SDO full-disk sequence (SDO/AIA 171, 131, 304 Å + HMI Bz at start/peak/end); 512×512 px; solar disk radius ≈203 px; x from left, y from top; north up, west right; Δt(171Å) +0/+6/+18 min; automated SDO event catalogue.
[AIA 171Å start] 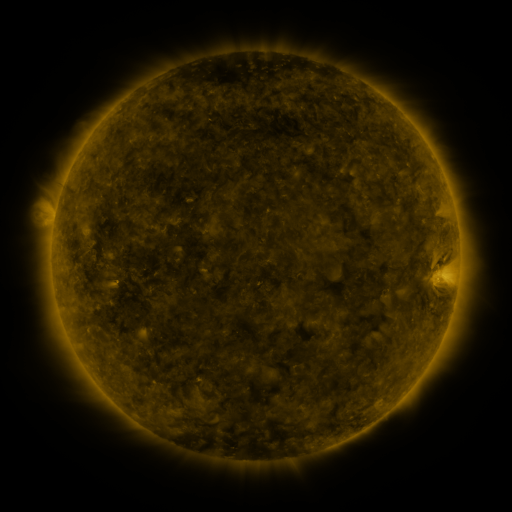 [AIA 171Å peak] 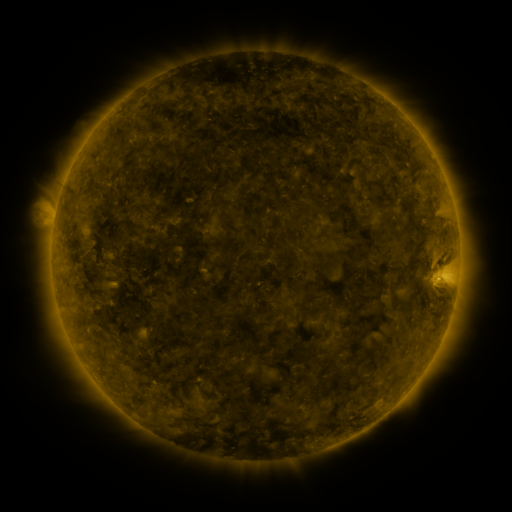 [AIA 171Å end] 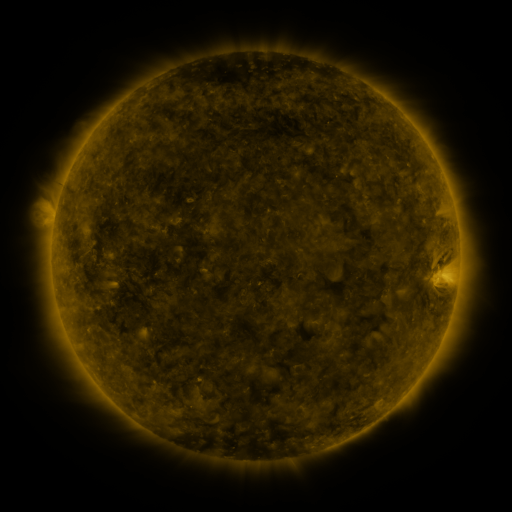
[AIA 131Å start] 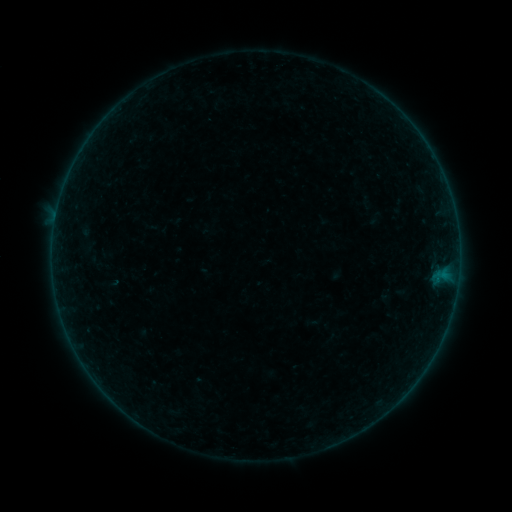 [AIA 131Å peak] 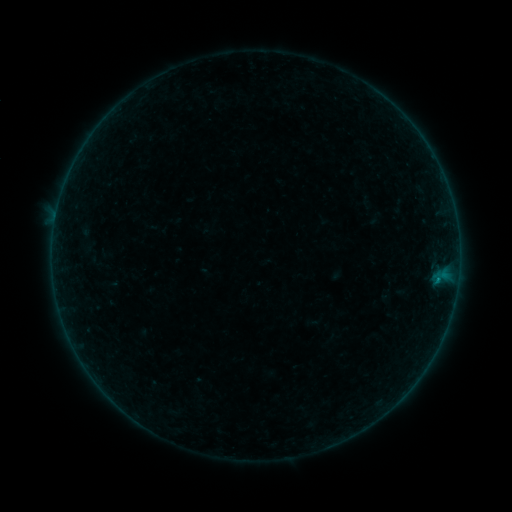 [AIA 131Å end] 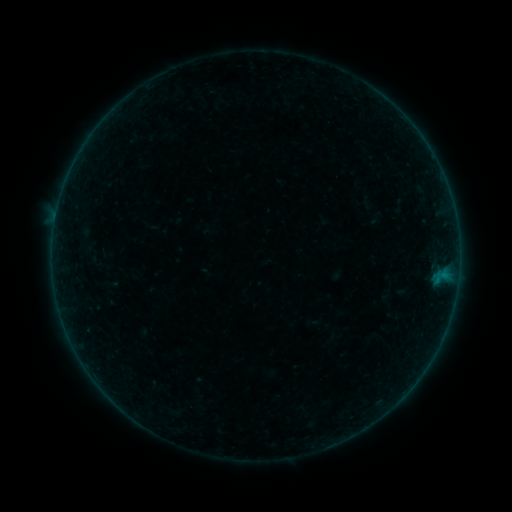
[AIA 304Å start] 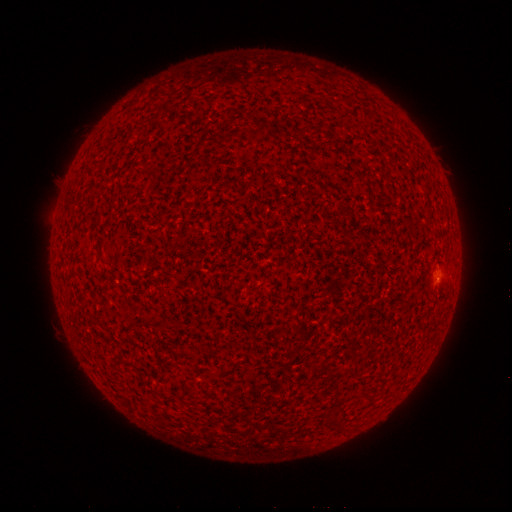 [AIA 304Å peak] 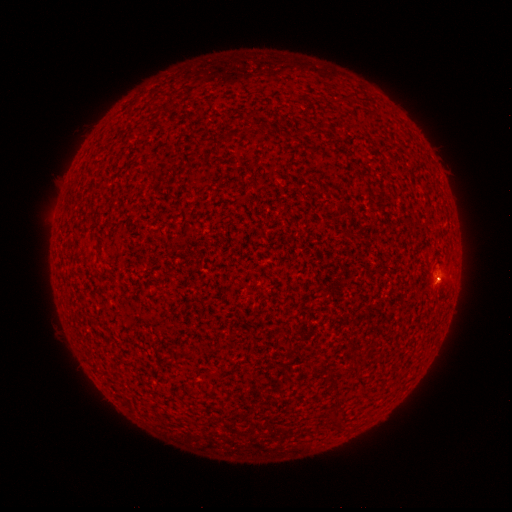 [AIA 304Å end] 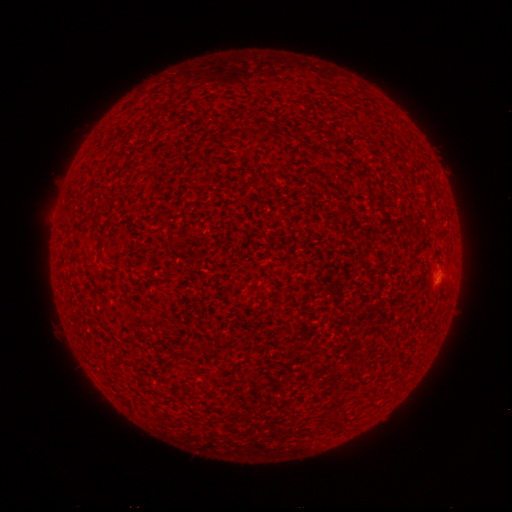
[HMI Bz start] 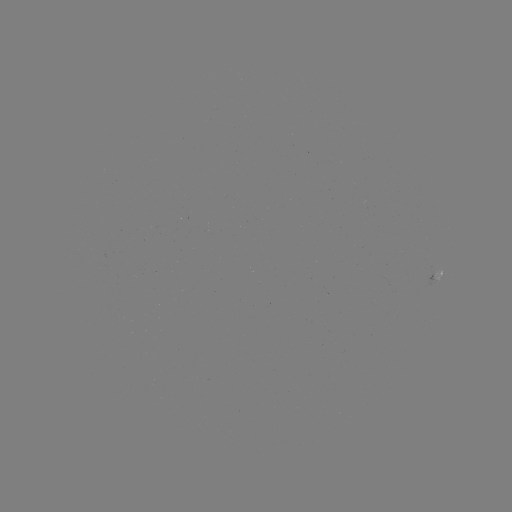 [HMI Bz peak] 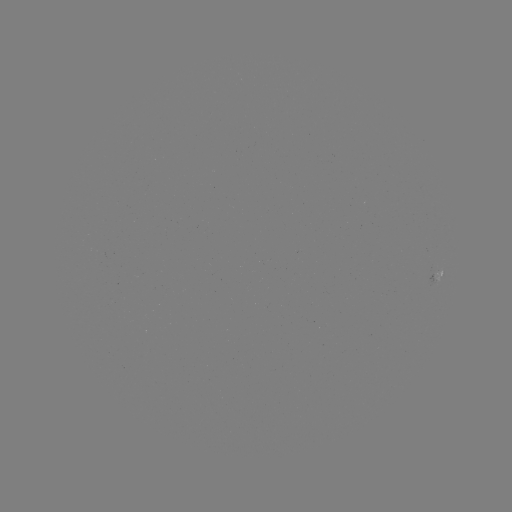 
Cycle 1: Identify B1.2 flare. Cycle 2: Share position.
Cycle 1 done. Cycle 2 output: (437, 280).